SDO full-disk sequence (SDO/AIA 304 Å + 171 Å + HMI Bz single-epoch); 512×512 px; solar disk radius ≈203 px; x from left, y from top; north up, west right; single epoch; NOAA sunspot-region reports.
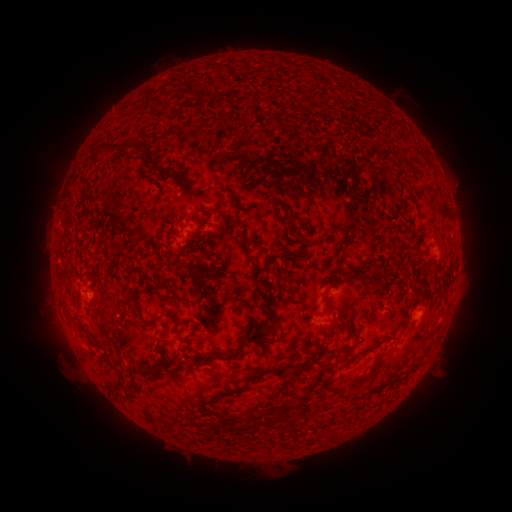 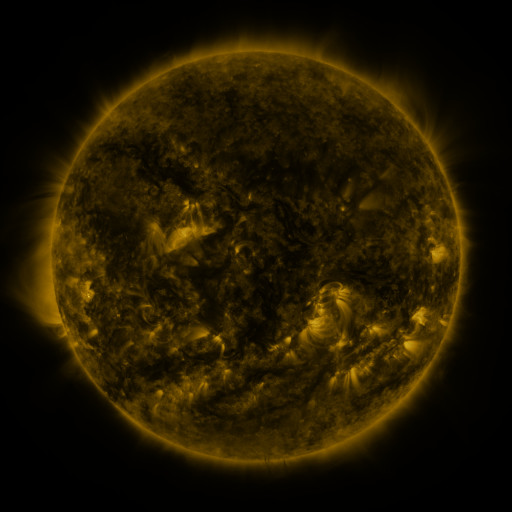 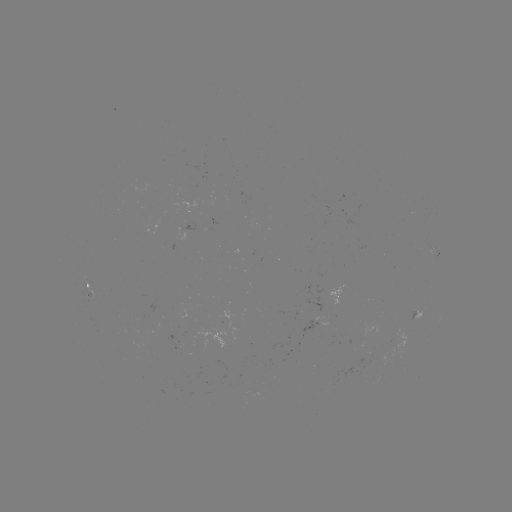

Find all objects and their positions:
spotted active region: (435, 253)
spotted active region: (92, 292)
spotted active region: (341, 296)
spotted active region: (413, 313)
spotted active region: (321, 318)
